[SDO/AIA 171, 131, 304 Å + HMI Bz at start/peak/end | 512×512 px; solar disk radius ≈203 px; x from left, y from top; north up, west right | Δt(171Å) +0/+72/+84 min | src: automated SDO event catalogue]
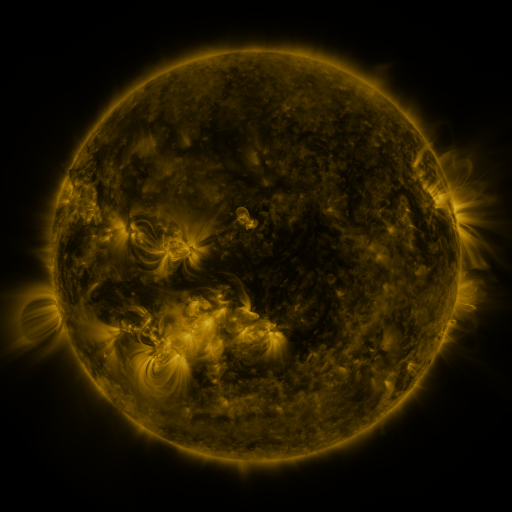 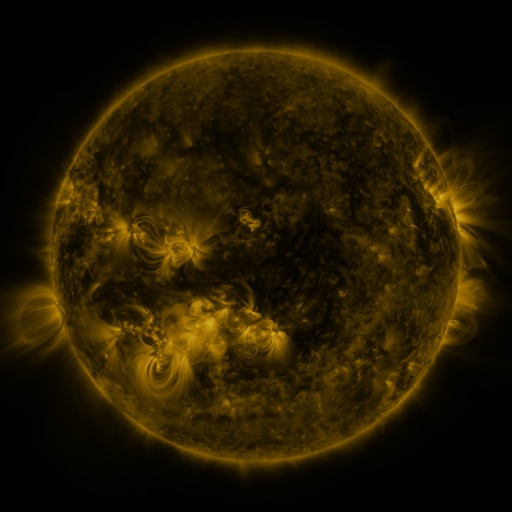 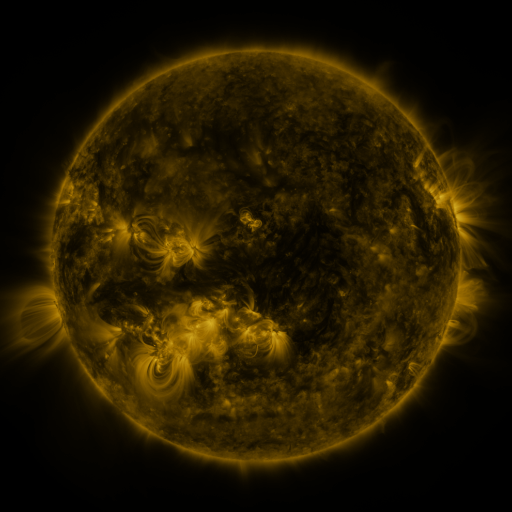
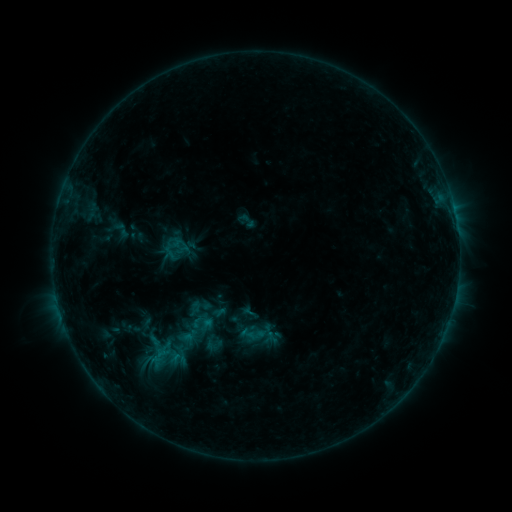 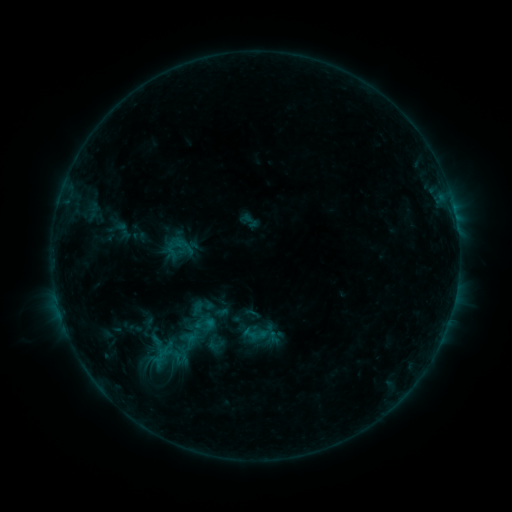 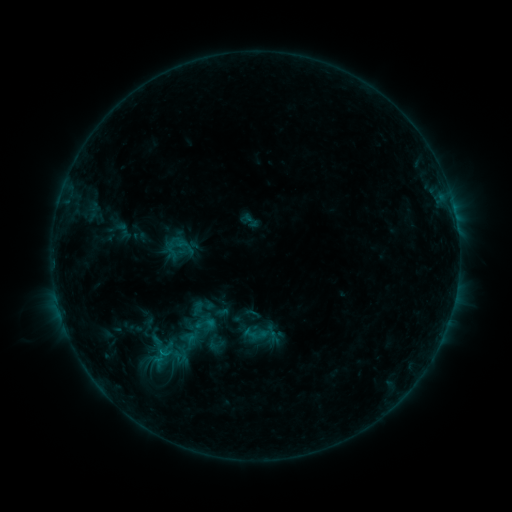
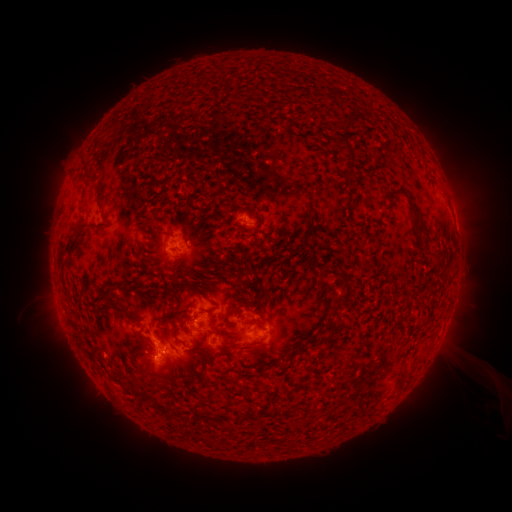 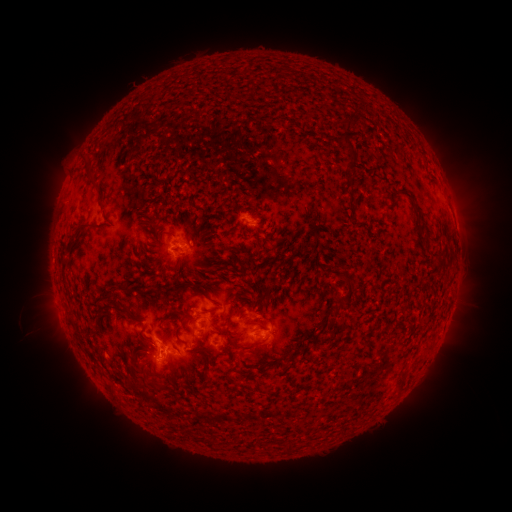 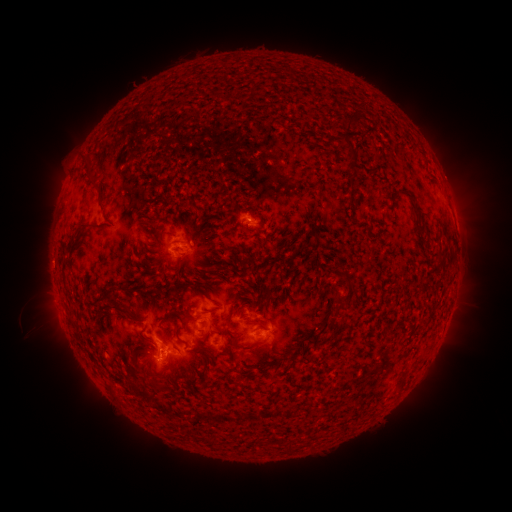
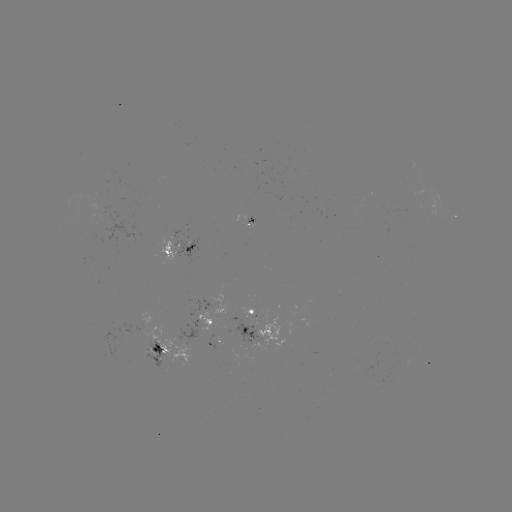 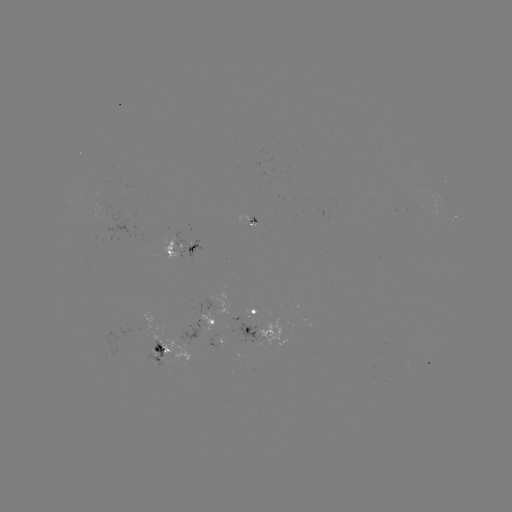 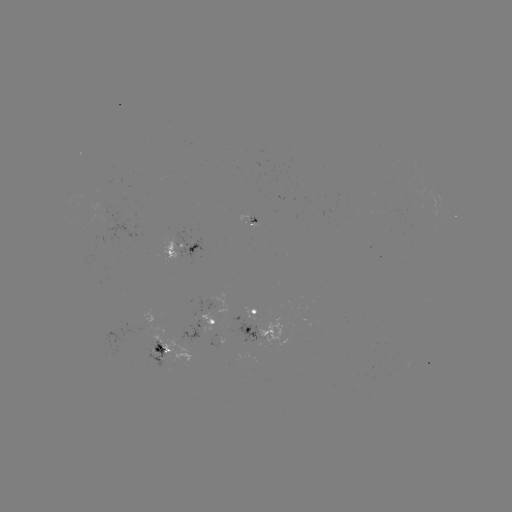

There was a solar emerging-flux region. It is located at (243, 339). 